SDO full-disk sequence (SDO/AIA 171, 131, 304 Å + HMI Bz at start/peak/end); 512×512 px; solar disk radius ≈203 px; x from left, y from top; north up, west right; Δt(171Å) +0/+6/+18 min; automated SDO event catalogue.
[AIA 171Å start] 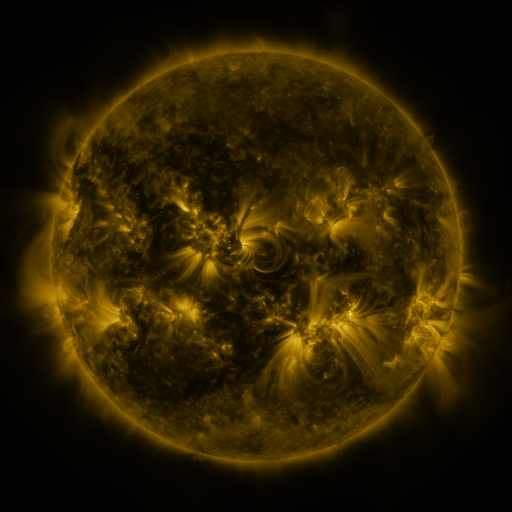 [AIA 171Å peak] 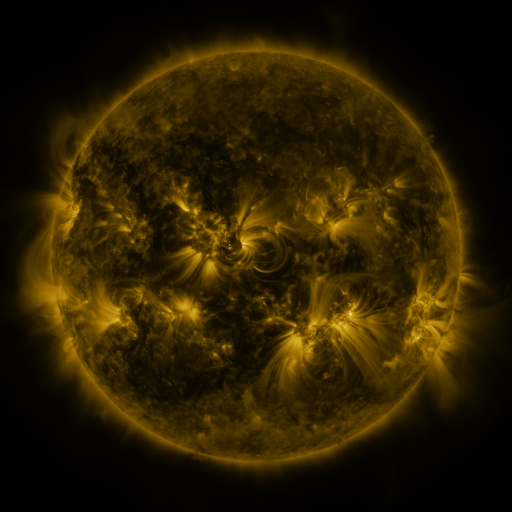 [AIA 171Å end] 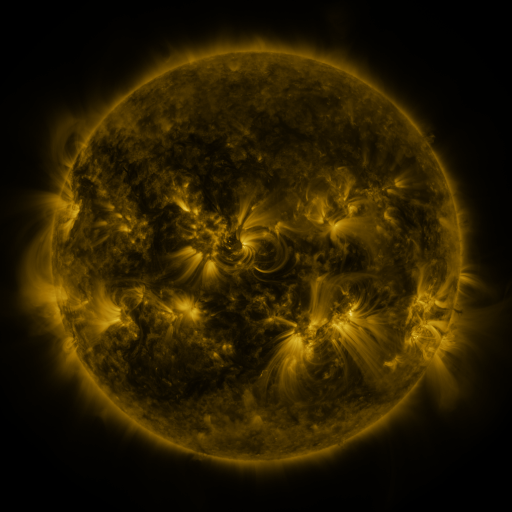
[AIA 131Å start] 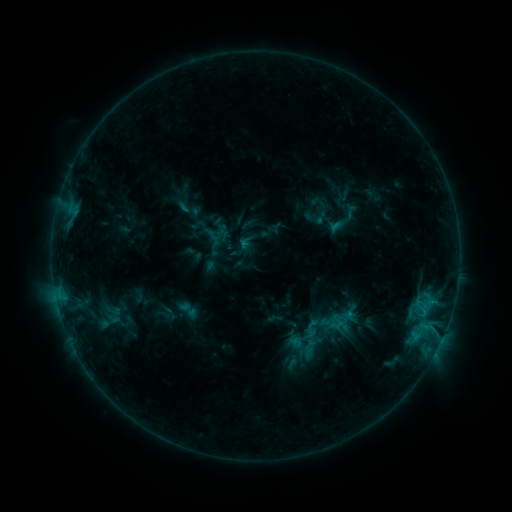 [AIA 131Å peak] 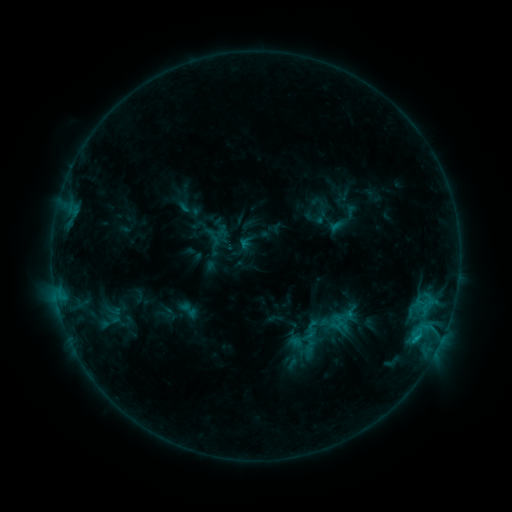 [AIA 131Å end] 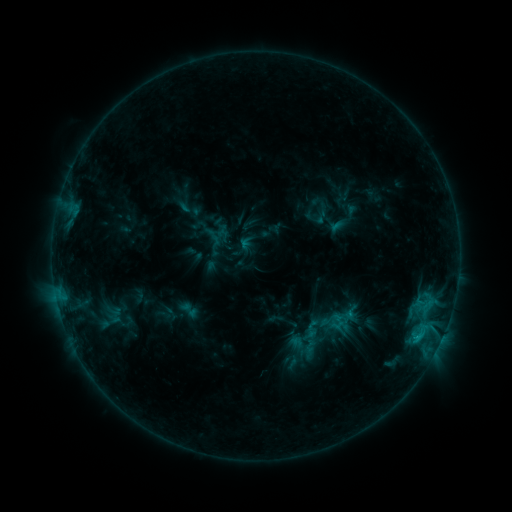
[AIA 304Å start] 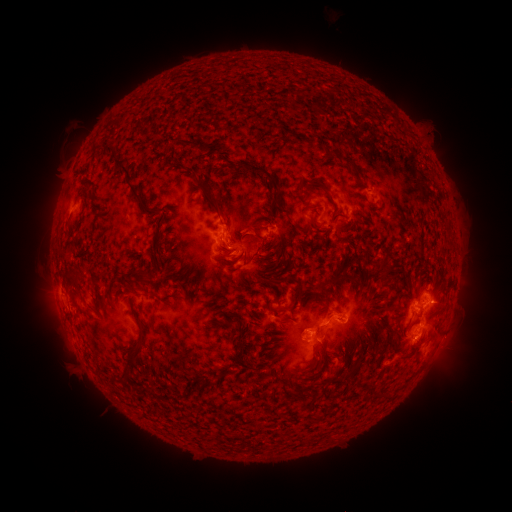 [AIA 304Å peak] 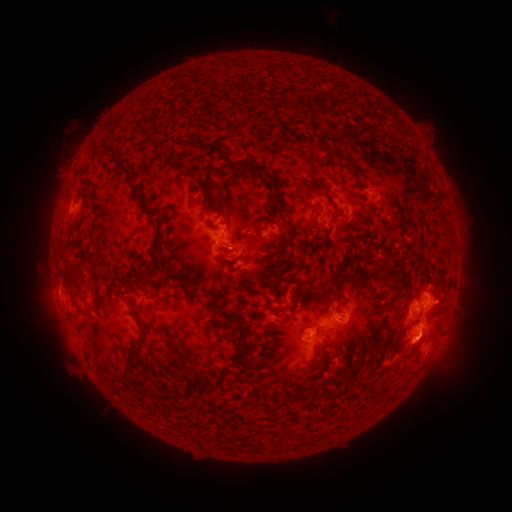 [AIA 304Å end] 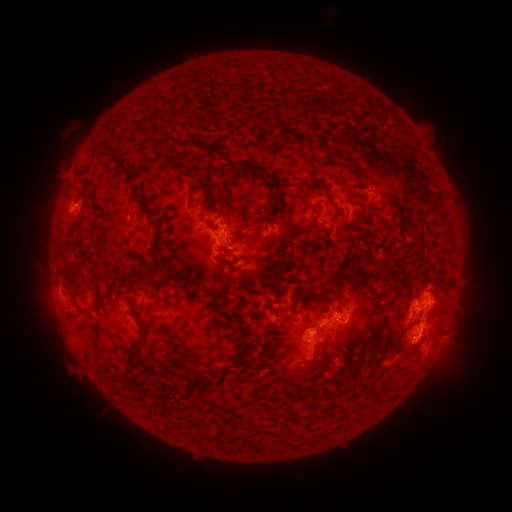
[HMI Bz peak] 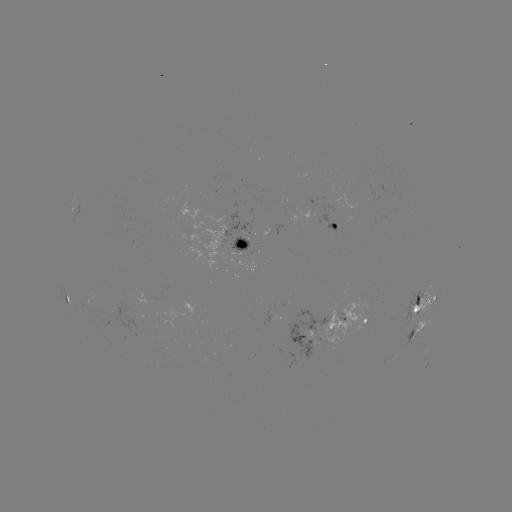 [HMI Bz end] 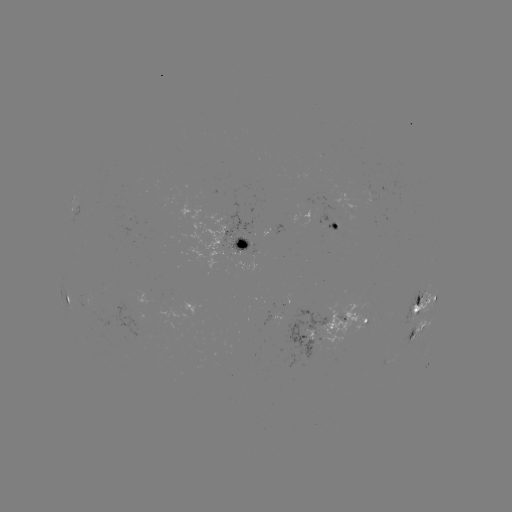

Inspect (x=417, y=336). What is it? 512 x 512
C1.8 flare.